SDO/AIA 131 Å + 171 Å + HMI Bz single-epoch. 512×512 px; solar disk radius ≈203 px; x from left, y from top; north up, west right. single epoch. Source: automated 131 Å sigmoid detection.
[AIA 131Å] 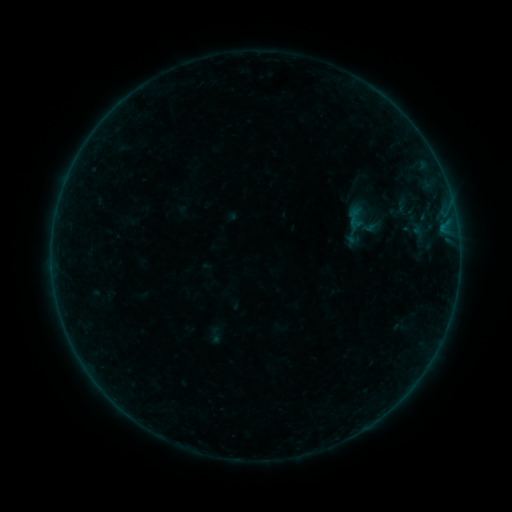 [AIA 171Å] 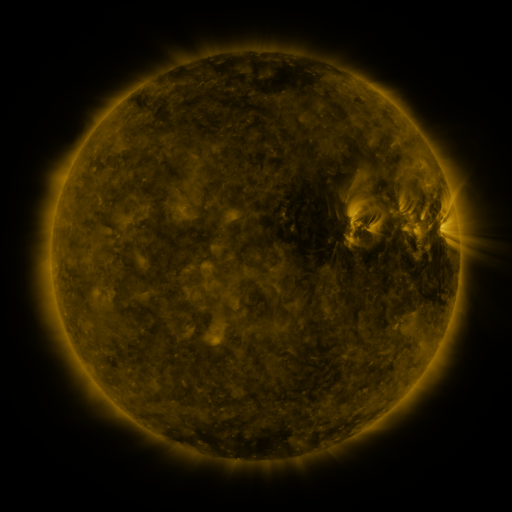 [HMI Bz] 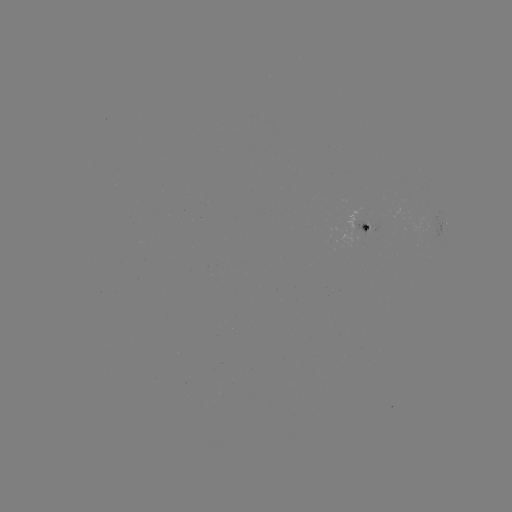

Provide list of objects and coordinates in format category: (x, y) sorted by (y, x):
sigmoid: (401, 206)
